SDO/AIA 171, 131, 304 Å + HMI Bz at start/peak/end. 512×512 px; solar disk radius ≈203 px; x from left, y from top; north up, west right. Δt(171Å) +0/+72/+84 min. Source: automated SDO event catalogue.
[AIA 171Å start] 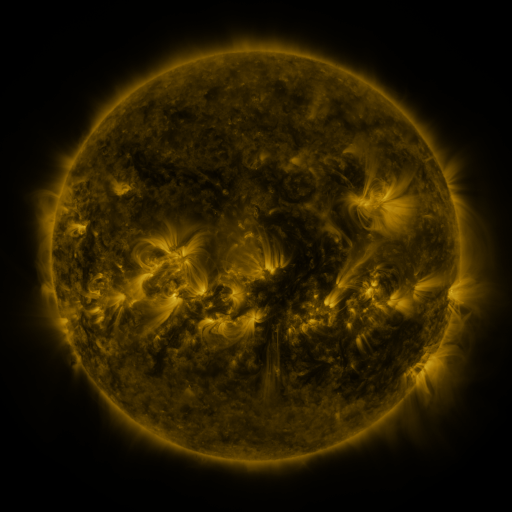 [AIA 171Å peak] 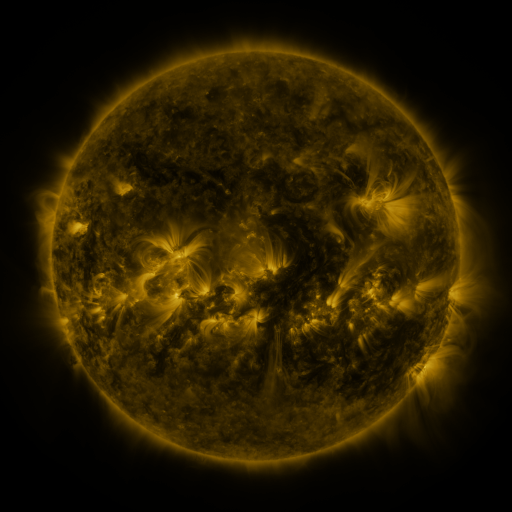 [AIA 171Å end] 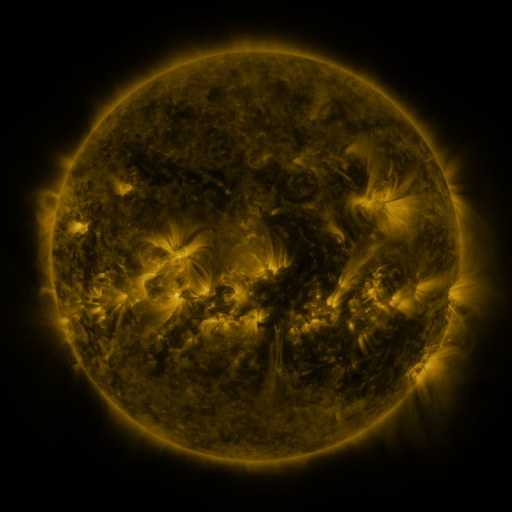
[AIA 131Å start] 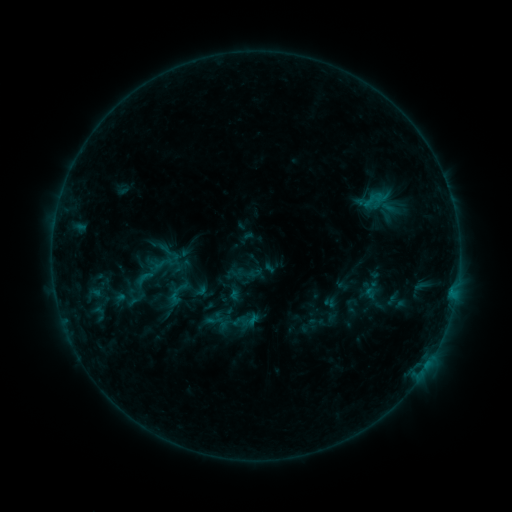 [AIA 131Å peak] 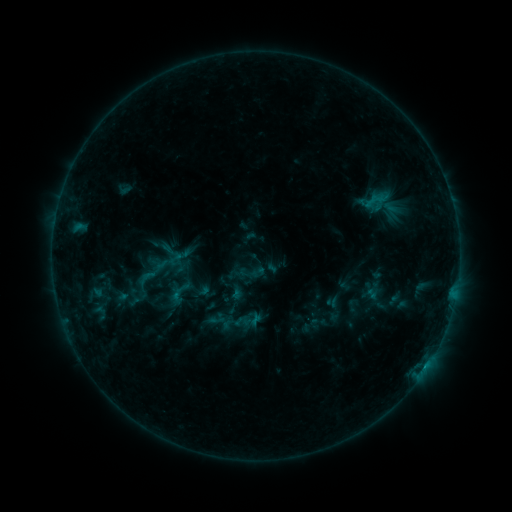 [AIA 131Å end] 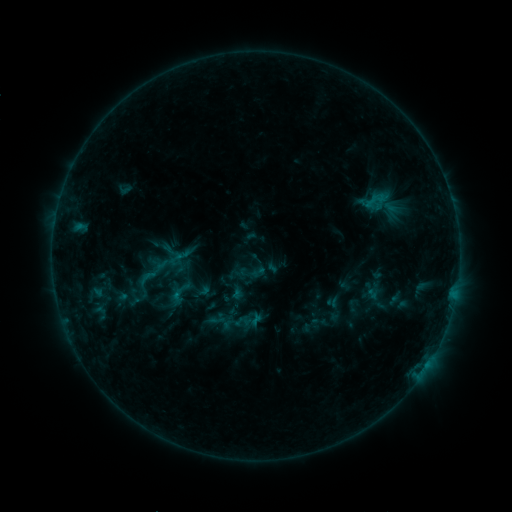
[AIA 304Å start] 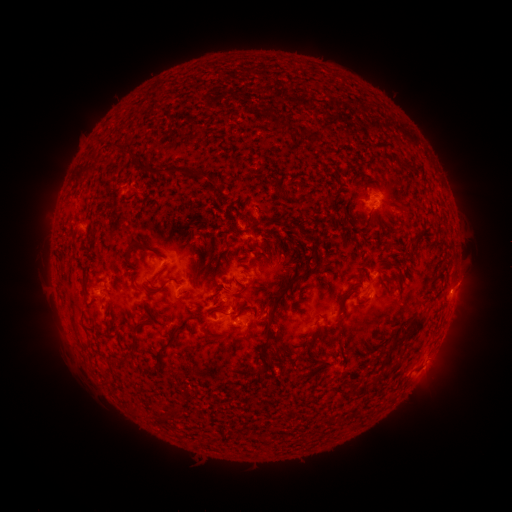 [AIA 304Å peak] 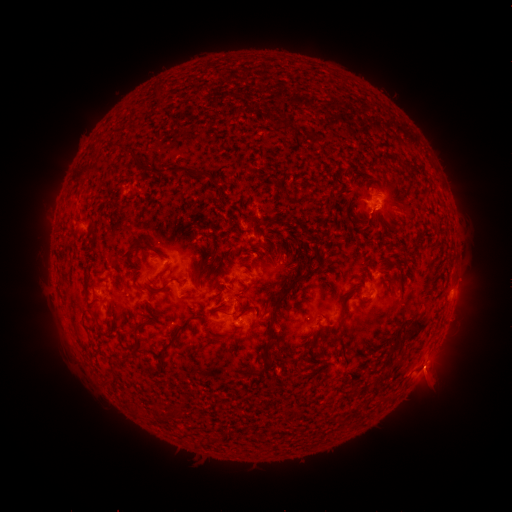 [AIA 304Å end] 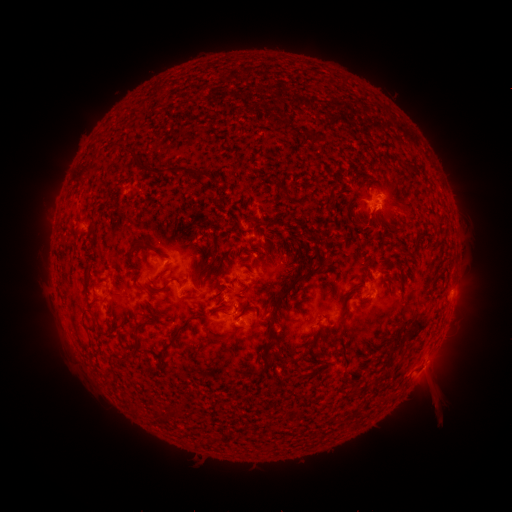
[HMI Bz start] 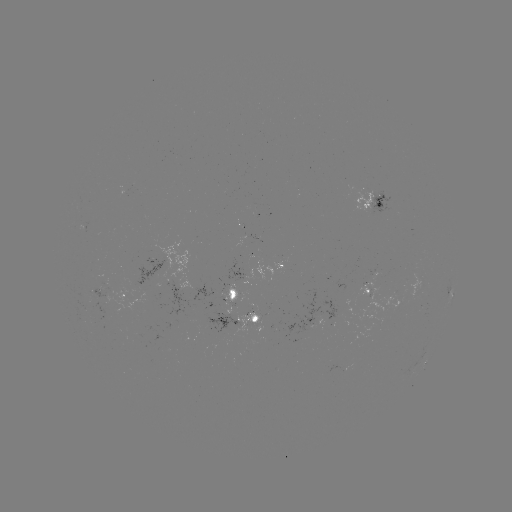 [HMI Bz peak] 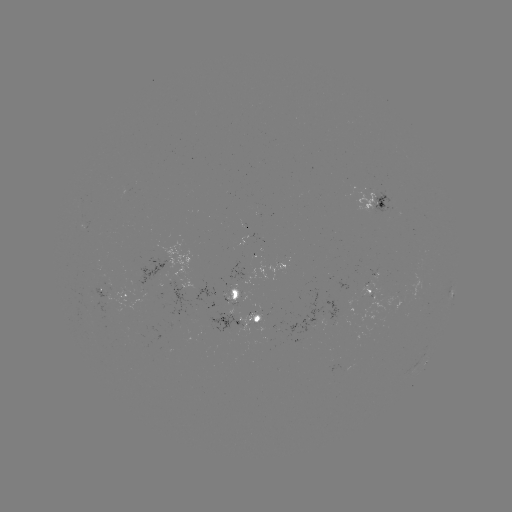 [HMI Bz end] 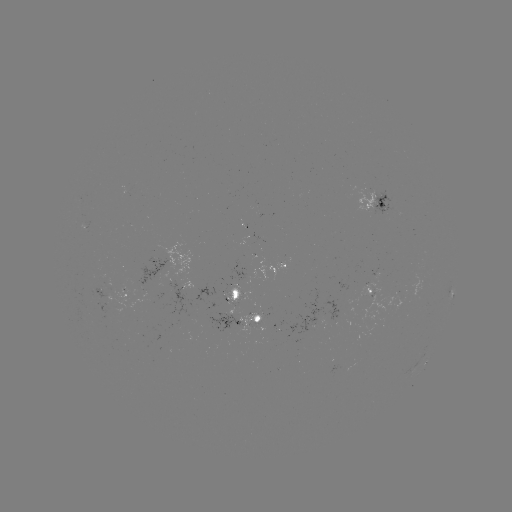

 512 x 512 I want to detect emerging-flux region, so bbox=[197, 313, 242, 334].